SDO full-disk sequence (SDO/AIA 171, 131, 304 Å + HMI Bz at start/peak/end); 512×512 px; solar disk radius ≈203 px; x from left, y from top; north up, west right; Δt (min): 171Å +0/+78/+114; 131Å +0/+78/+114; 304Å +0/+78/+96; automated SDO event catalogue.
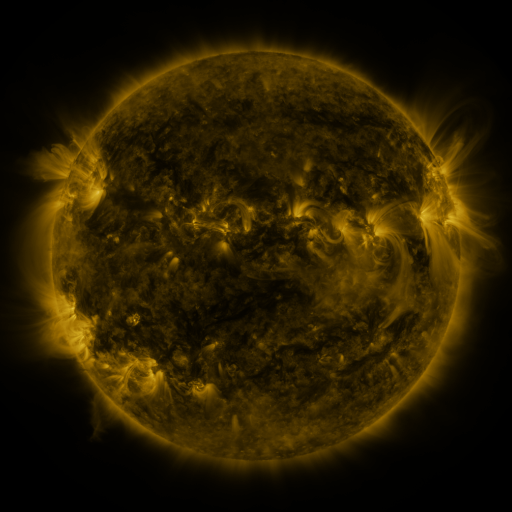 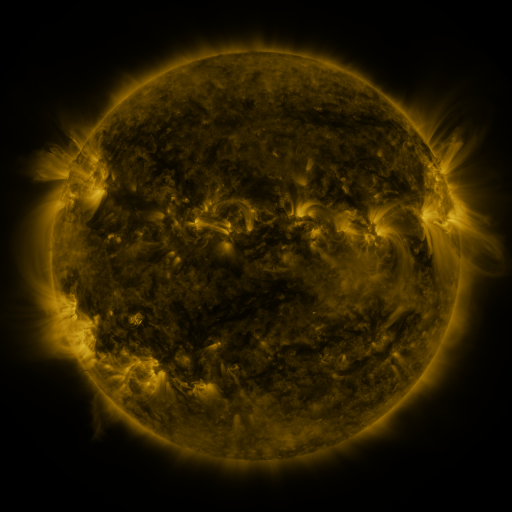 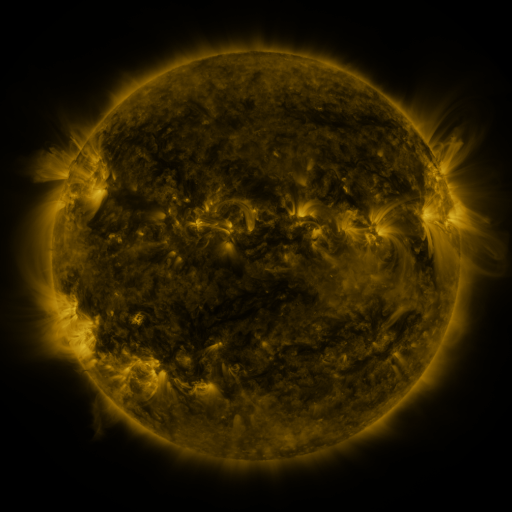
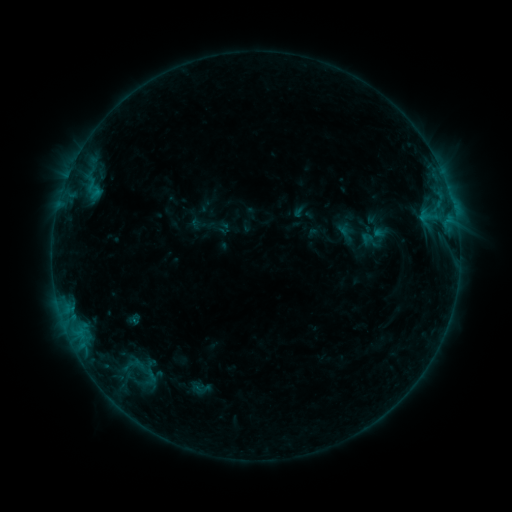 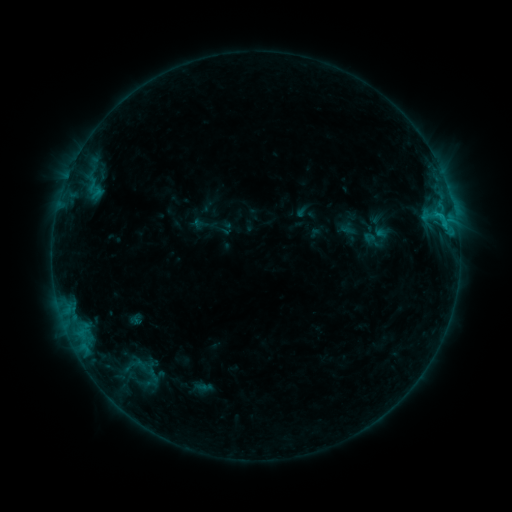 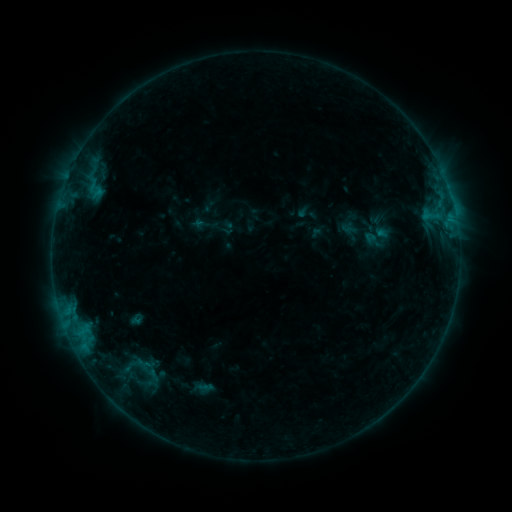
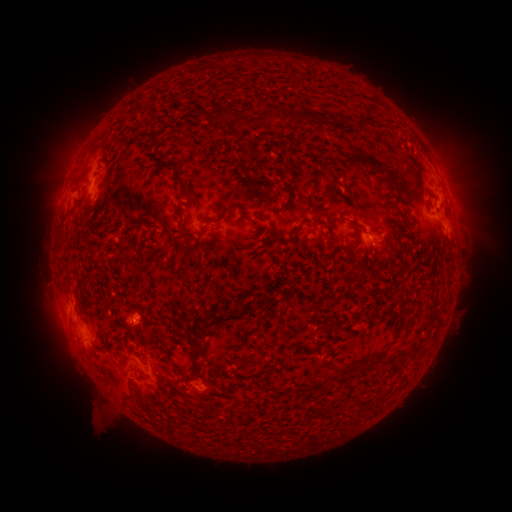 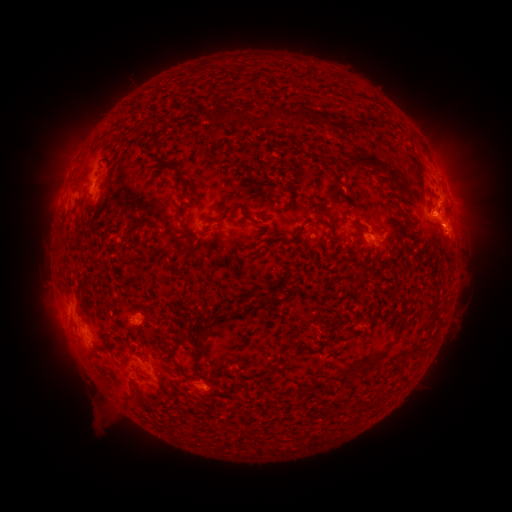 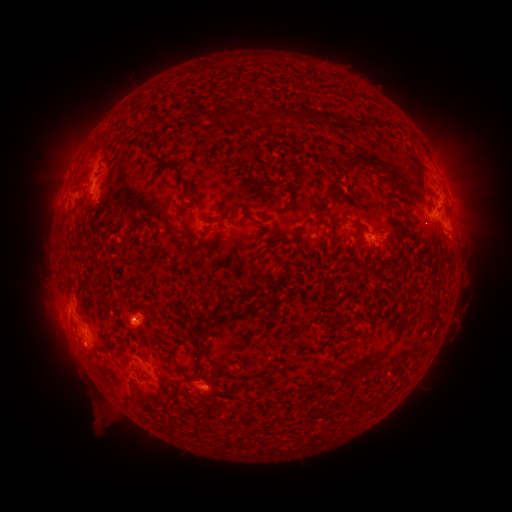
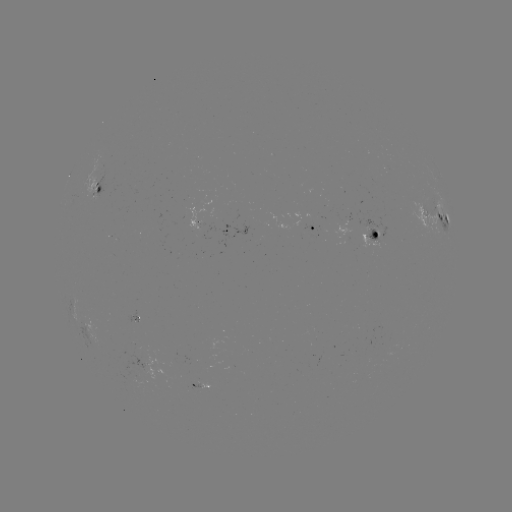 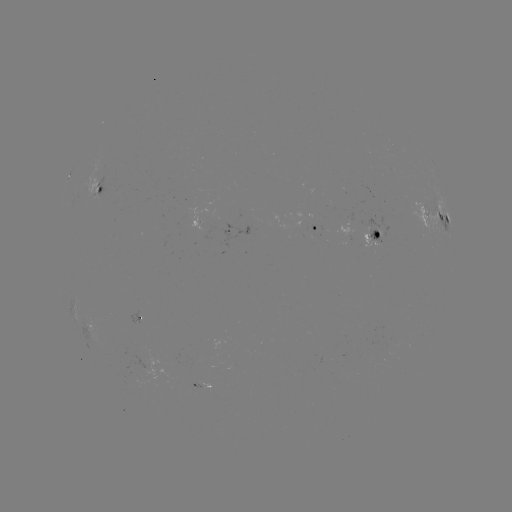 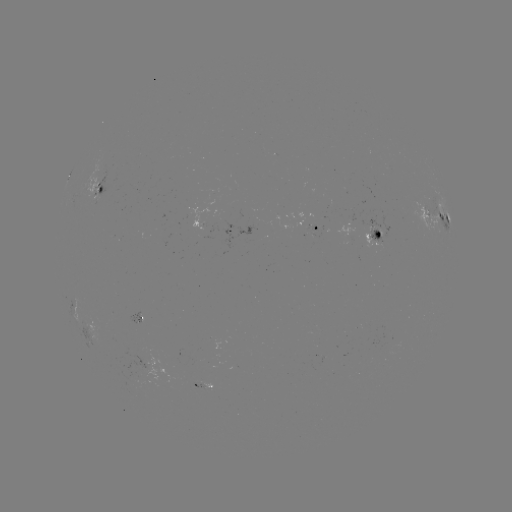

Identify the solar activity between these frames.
emerging-flux region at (139, 317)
